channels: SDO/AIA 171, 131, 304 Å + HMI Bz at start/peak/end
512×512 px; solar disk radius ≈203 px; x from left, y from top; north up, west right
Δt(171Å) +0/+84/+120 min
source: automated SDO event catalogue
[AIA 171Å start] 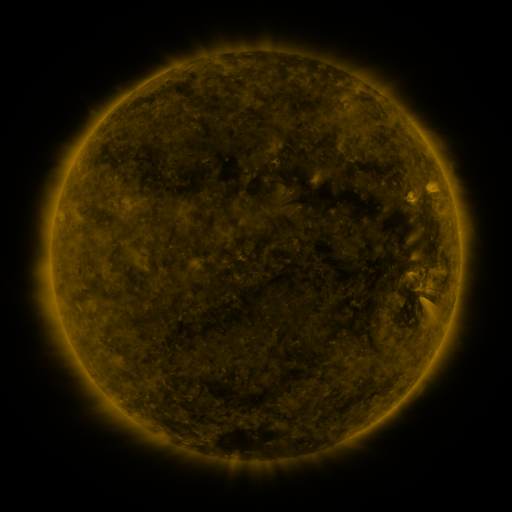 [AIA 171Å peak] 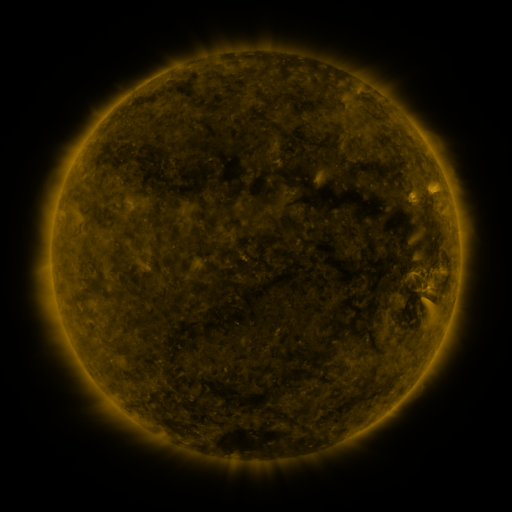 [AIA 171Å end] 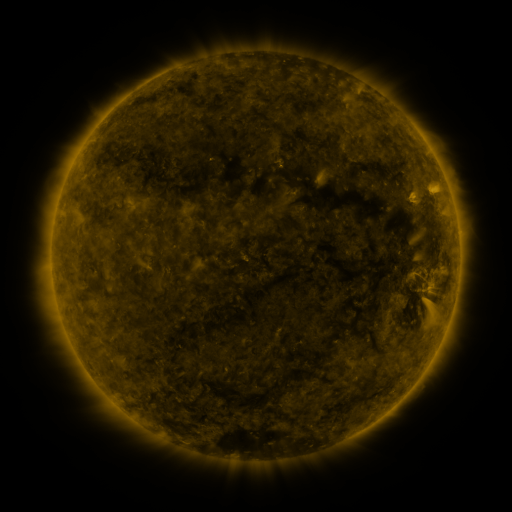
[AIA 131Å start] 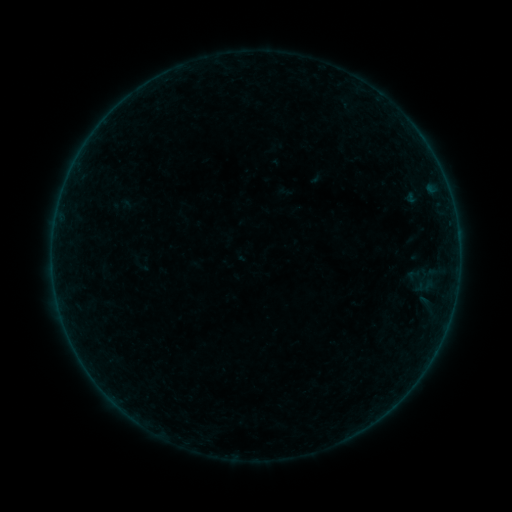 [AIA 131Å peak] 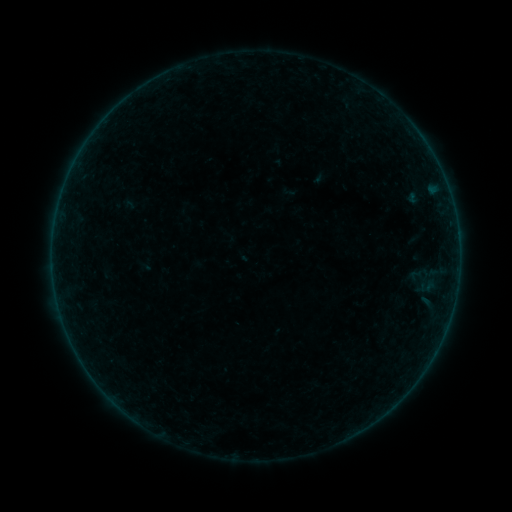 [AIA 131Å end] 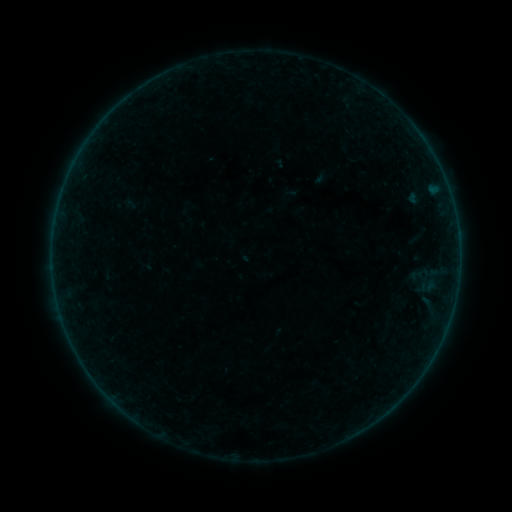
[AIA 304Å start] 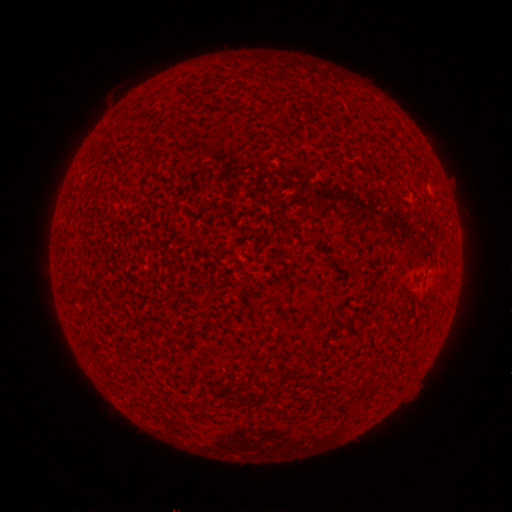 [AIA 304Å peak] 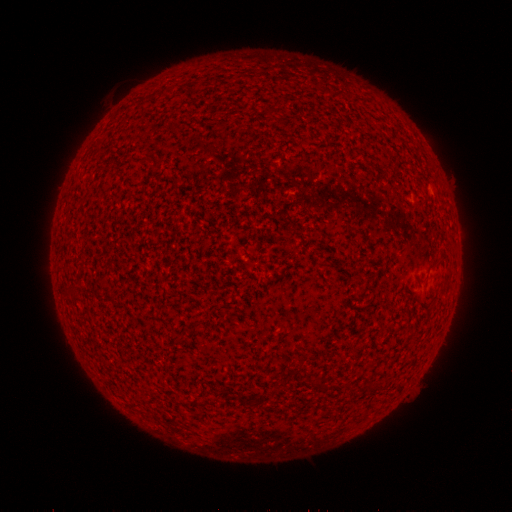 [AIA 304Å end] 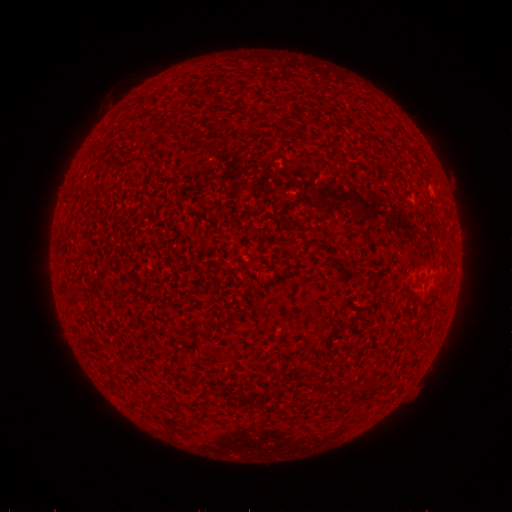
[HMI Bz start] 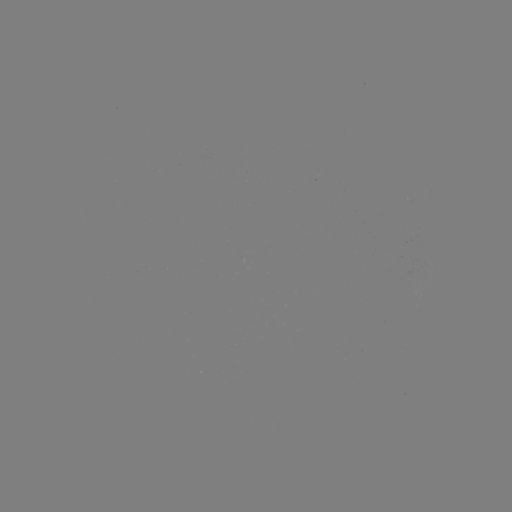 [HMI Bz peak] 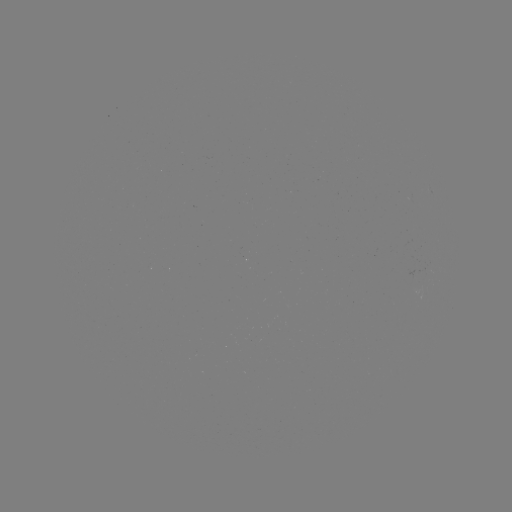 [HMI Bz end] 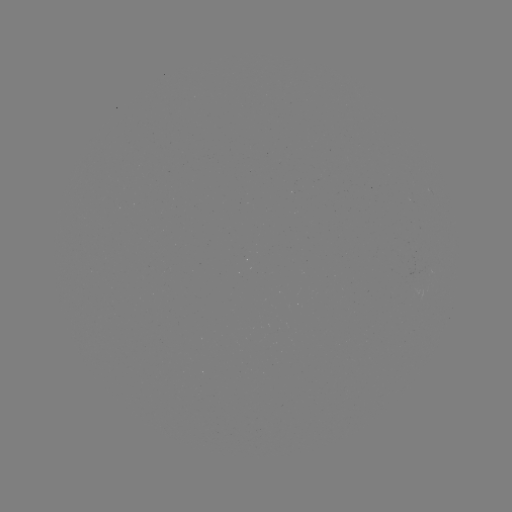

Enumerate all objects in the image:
emerging-flux region: (426, 271)
